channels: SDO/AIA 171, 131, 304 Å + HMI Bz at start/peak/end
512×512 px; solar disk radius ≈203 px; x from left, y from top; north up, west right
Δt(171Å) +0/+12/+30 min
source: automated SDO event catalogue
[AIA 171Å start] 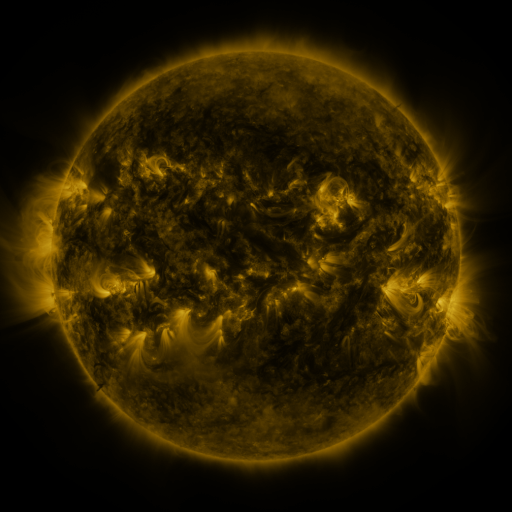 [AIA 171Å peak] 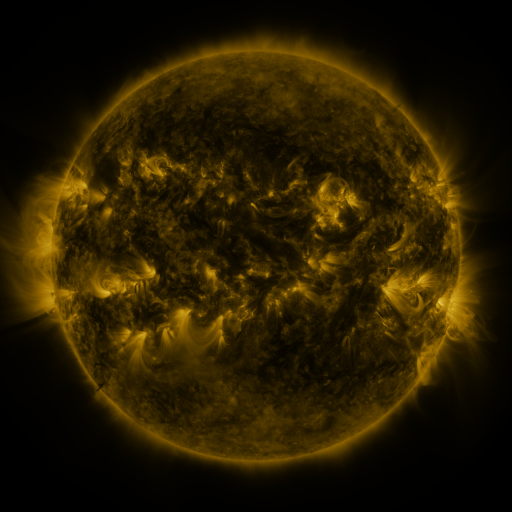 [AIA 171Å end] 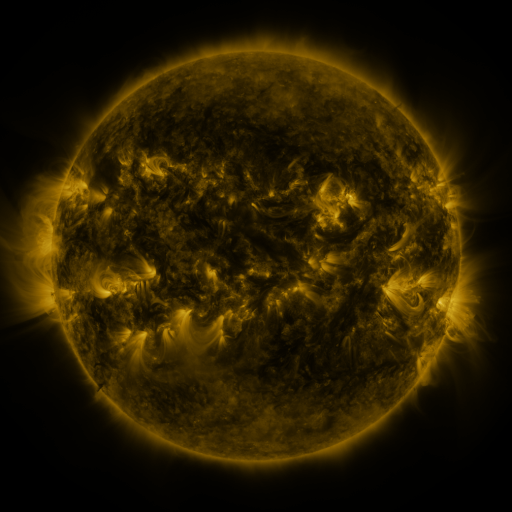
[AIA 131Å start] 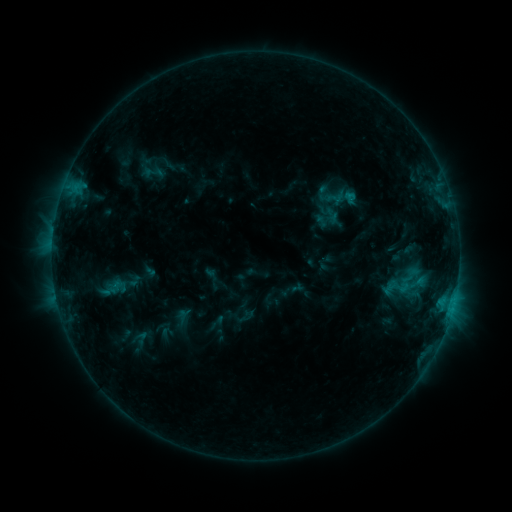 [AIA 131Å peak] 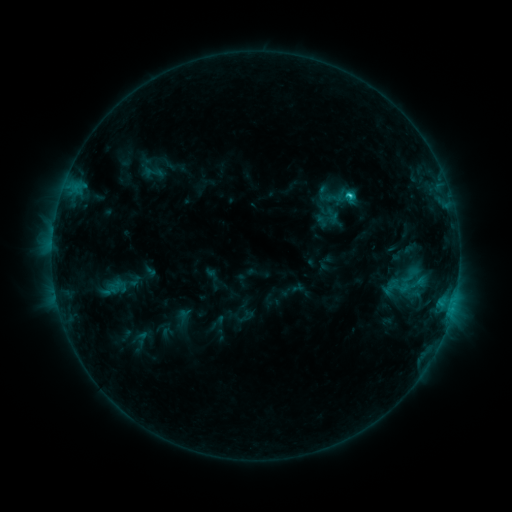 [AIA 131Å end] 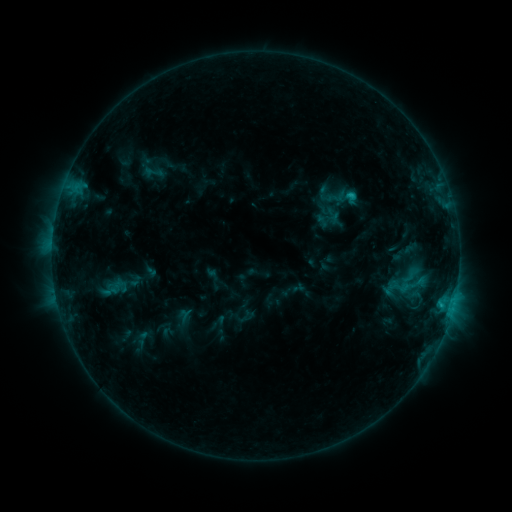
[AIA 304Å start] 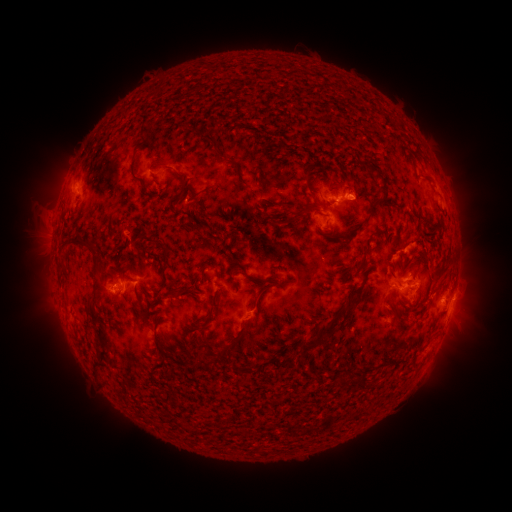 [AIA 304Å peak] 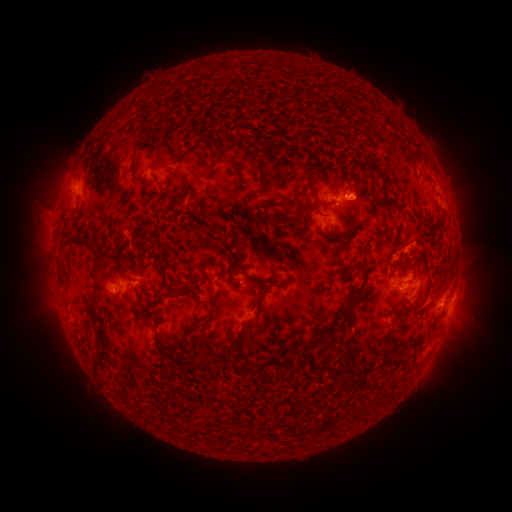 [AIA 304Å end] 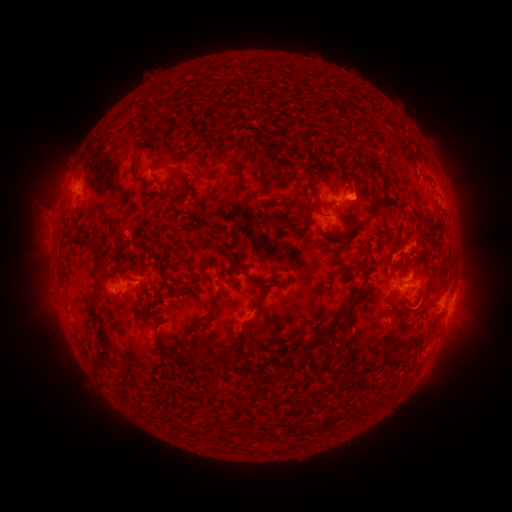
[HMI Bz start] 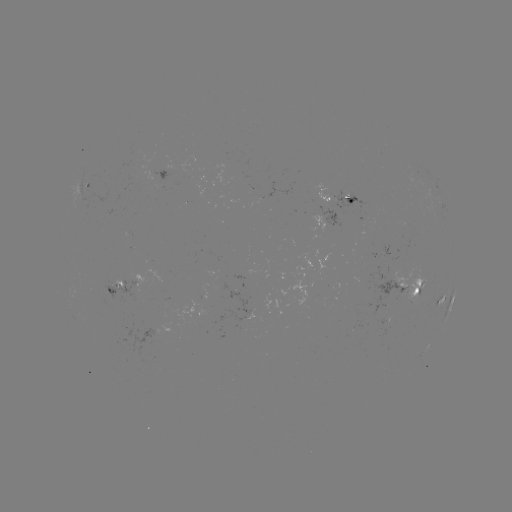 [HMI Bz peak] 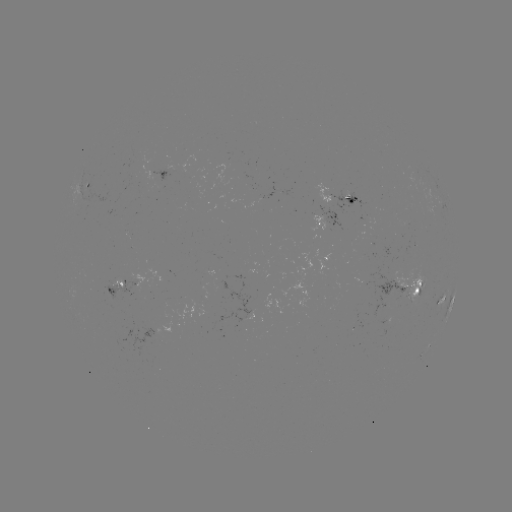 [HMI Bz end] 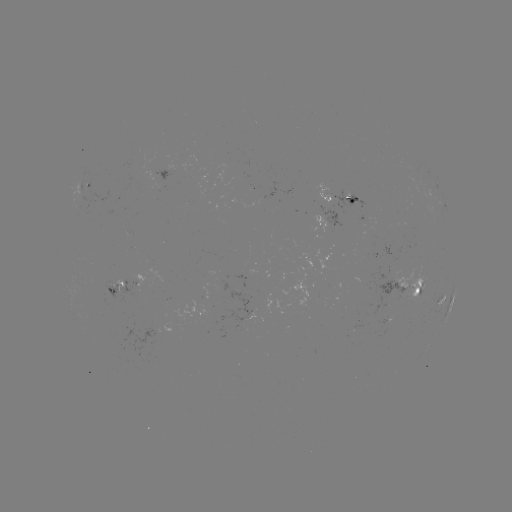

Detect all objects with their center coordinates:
C2.1 flare: (346, 196)
